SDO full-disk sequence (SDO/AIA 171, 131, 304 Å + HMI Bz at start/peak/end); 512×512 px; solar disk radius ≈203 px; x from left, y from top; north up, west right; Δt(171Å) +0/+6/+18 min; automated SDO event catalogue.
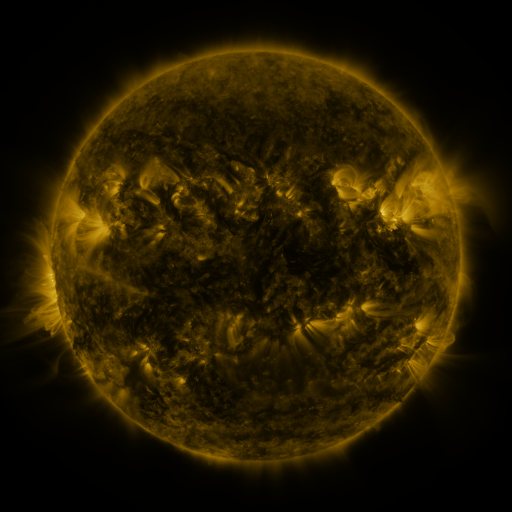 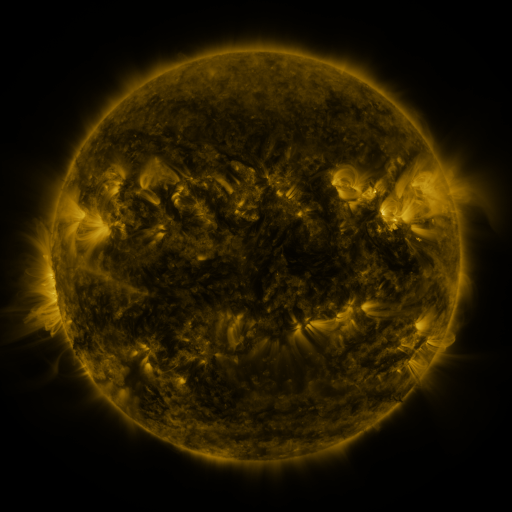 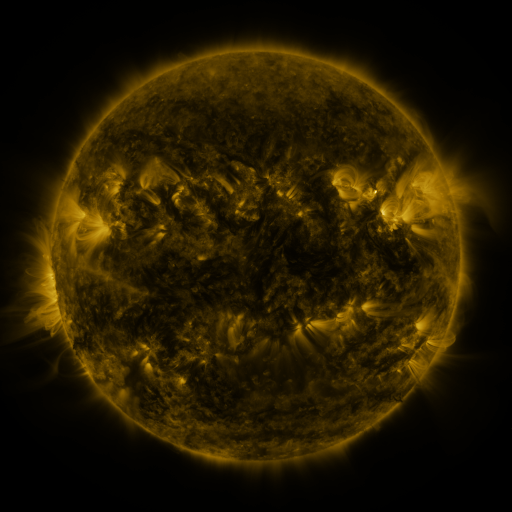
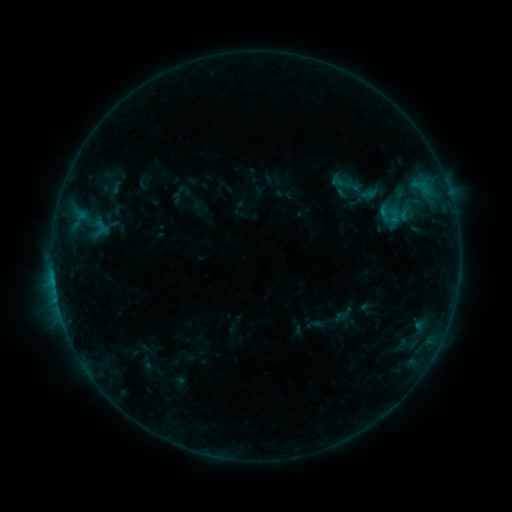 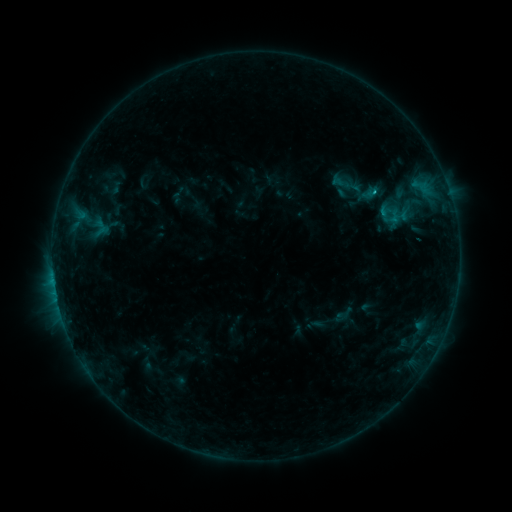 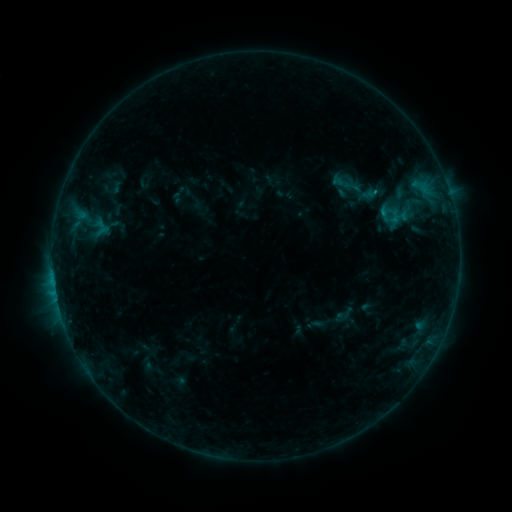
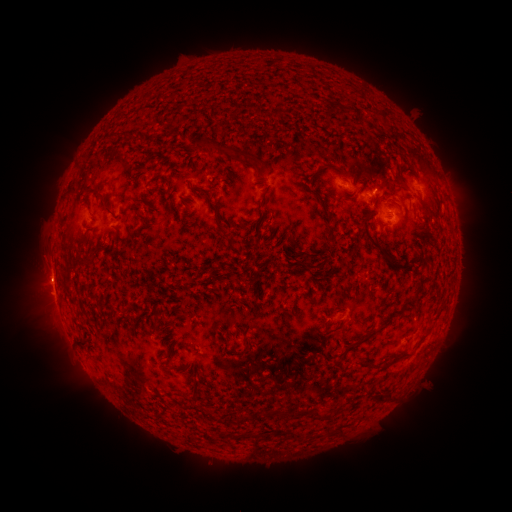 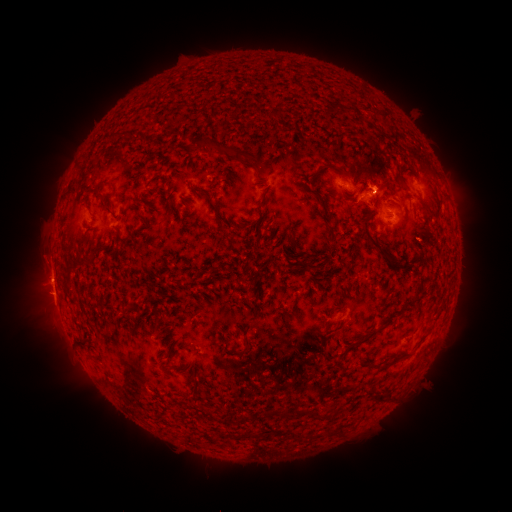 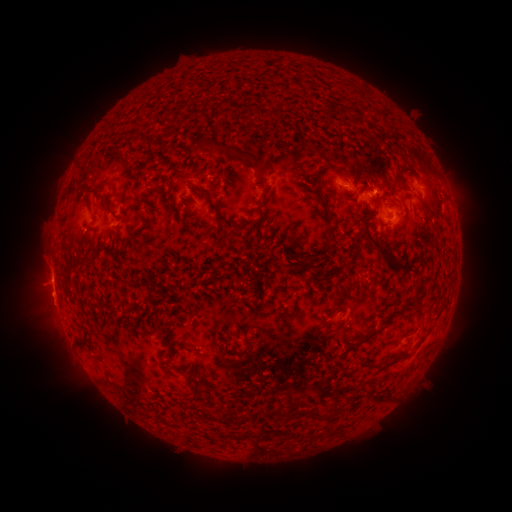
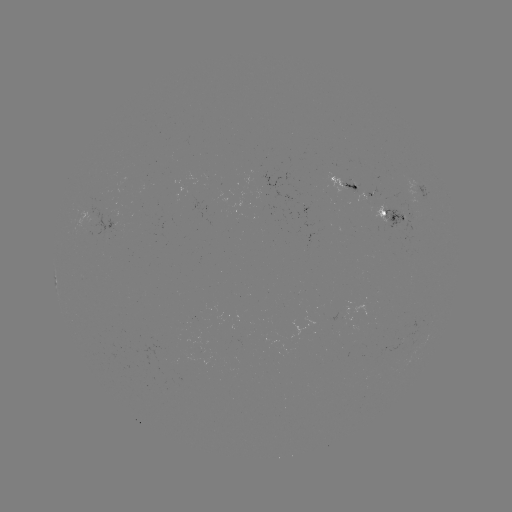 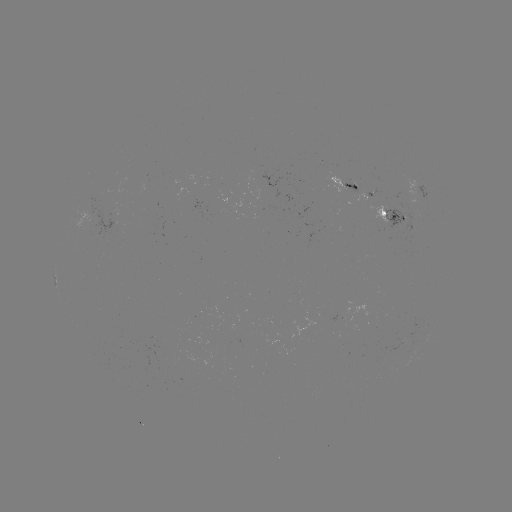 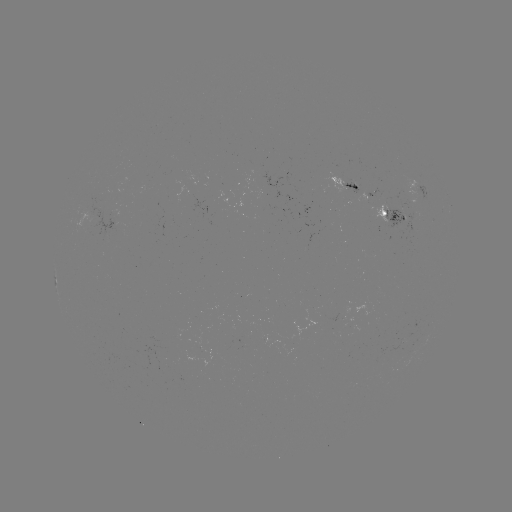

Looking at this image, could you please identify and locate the B6.7 flare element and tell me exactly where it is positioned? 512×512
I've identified B6.7 flare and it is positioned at (373, 193).